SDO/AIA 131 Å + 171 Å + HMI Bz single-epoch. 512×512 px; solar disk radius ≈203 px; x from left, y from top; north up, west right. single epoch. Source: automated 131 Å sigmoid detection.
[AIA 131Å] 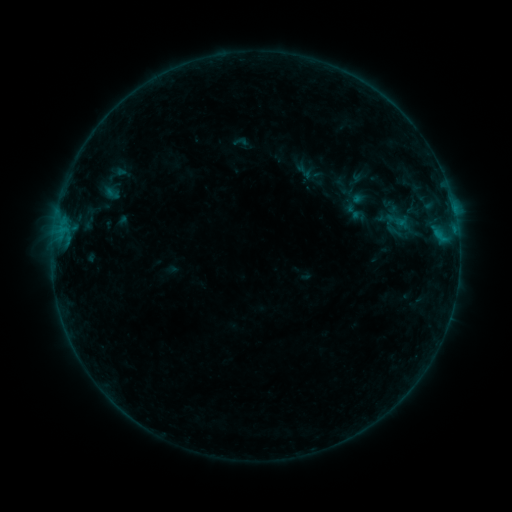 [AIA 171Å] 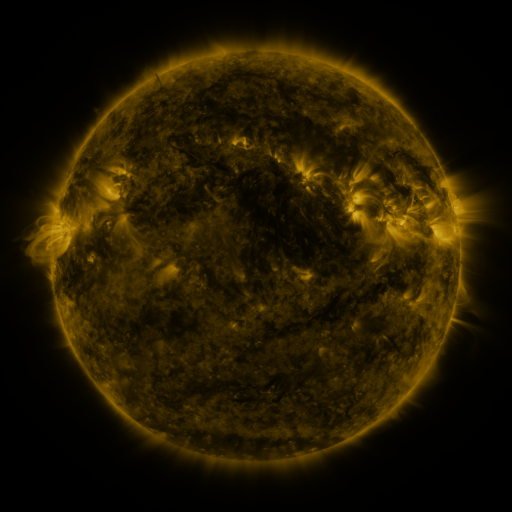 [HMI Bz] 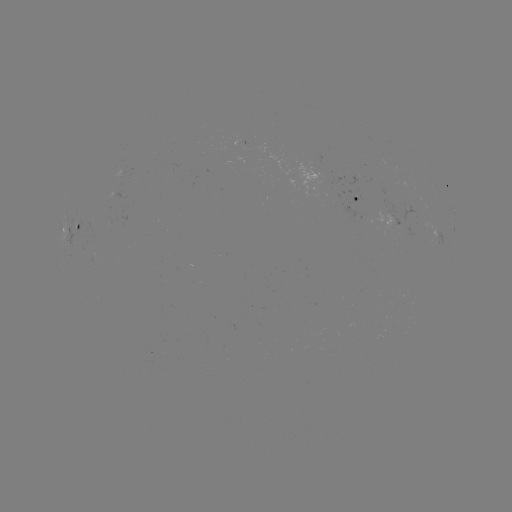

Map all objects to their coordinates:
sigmoid: (293, 161, 316, 182)
sigmoid: (344, 202, 363, 222)
